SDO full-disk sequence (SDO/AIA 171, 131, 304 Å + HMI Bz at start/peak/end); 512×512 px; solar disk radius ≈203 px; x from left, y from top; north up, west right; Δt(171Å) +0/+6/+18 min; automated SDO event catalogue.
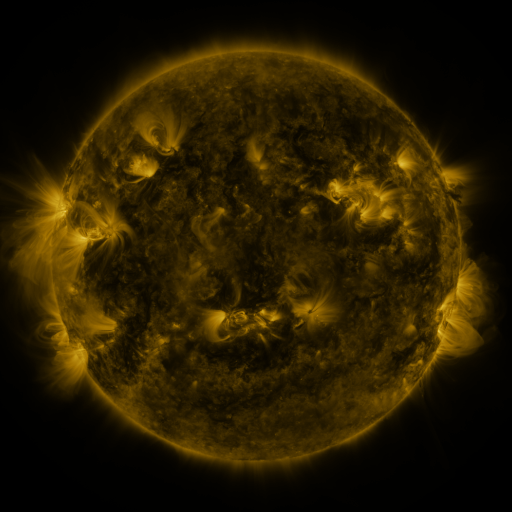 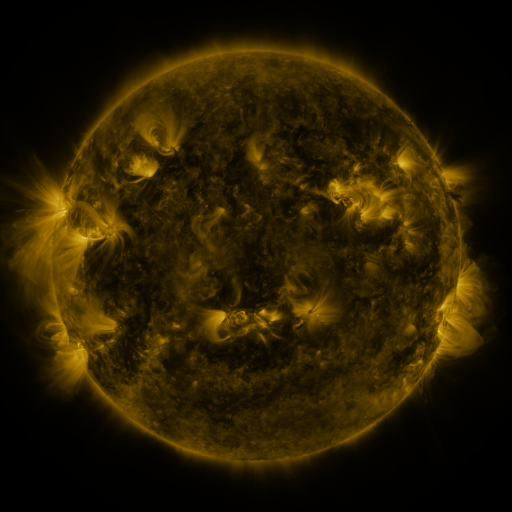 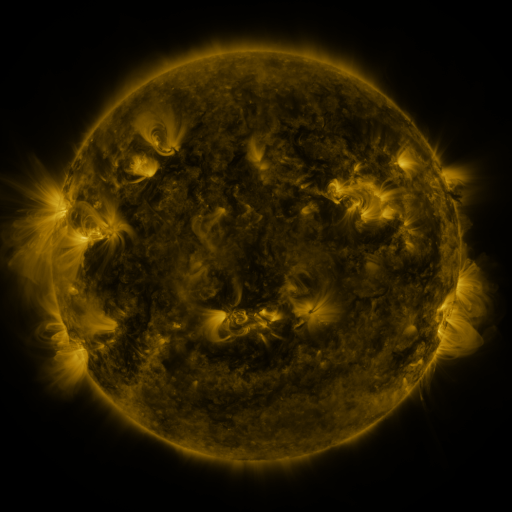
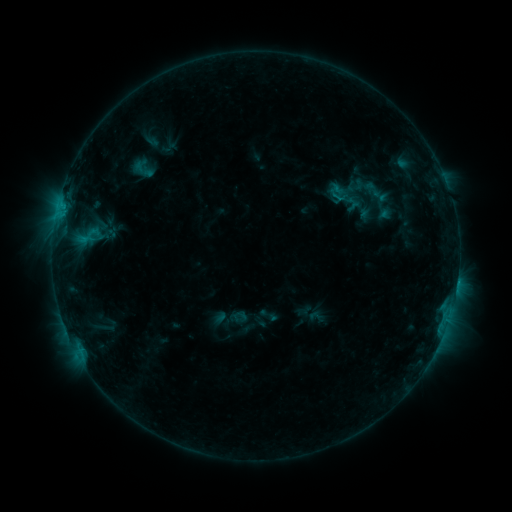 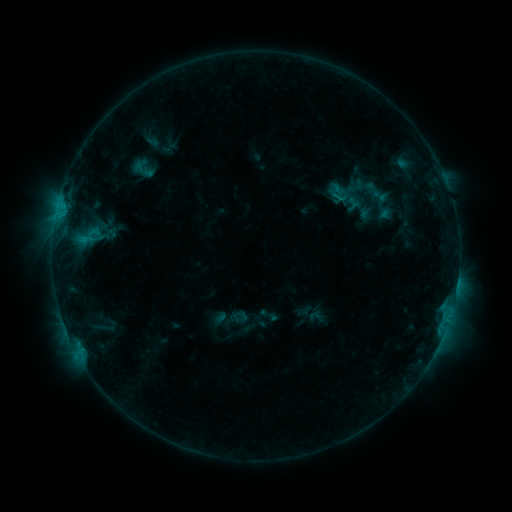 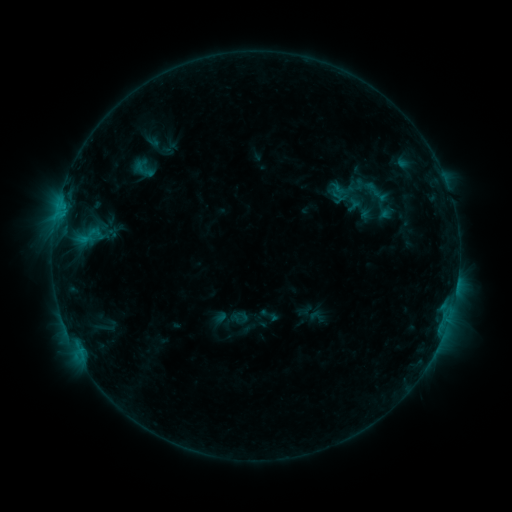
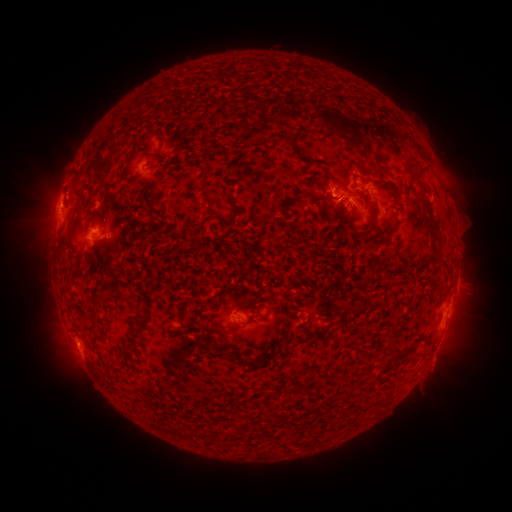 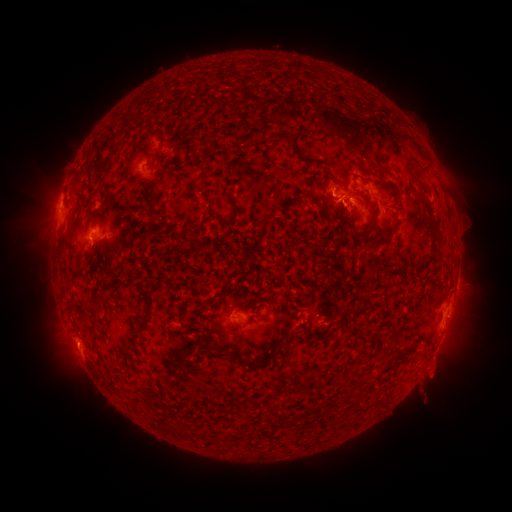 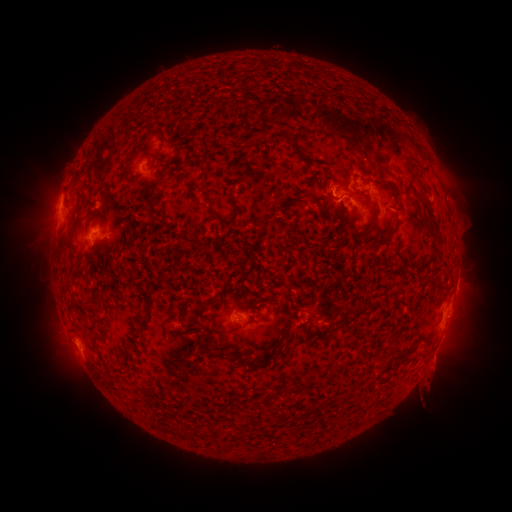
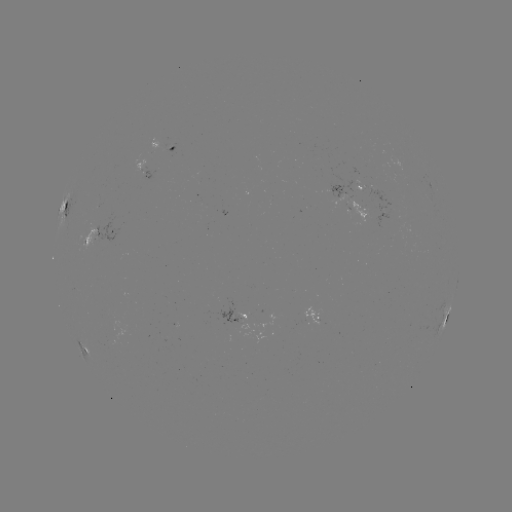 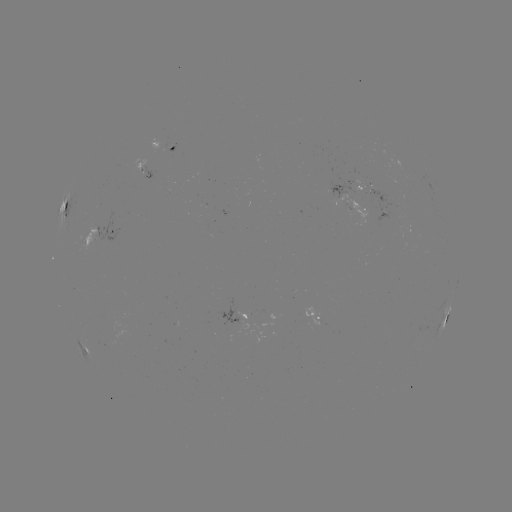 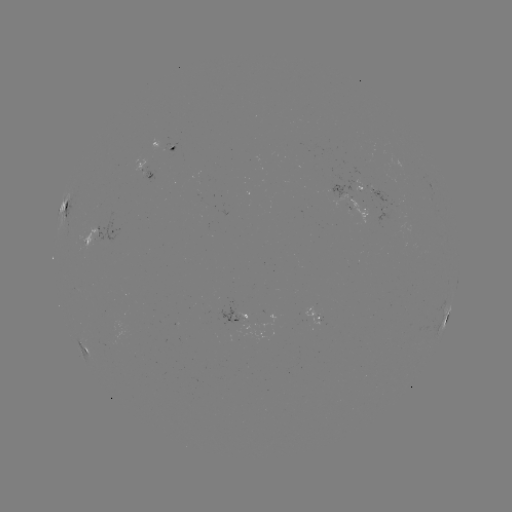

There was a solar eruption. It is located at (434, 384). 